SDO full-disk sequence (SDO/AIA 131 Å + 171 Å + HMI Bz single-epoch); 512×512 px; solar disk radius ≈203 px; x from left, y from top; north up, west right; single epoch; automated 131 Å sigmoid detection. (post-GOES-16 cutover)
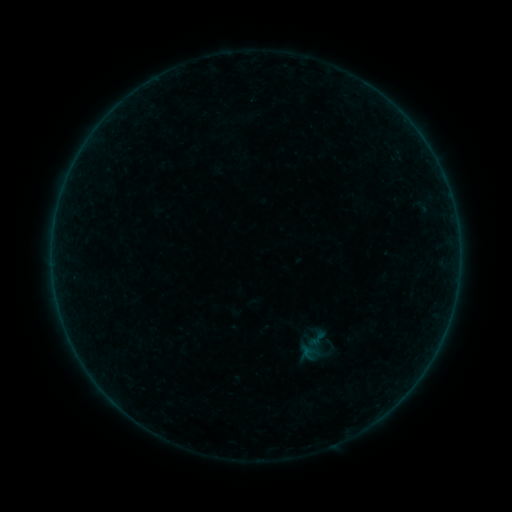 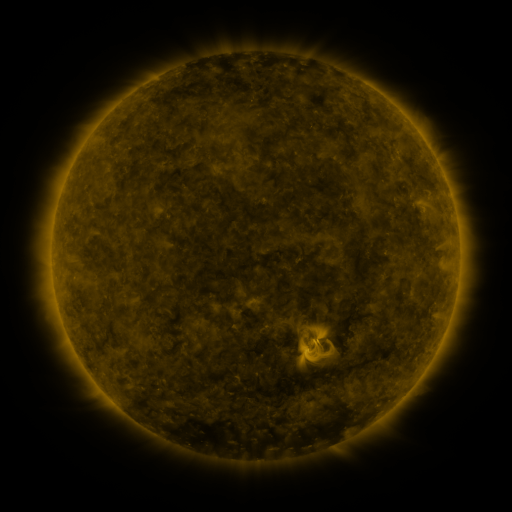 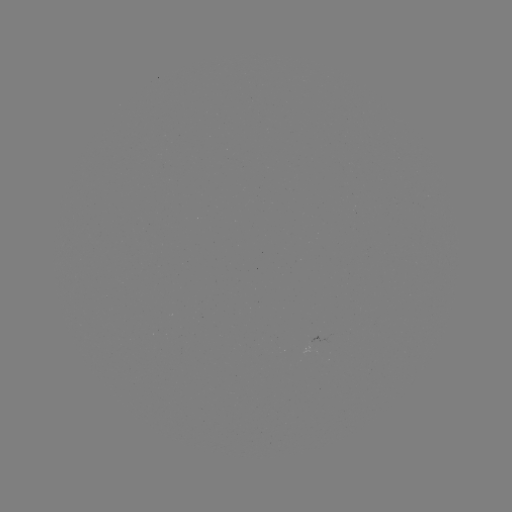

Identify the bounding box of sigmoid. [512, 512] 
[307, 328, 327, 349].